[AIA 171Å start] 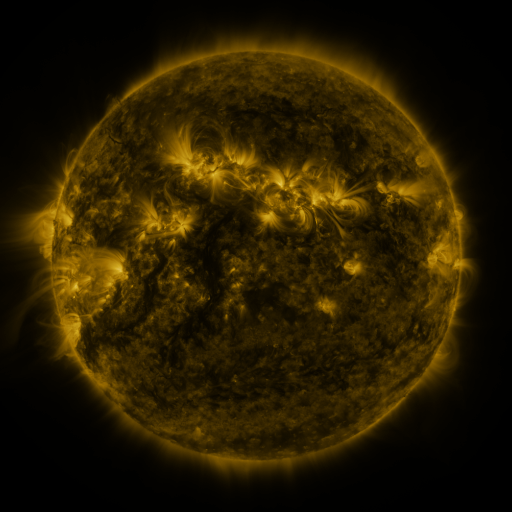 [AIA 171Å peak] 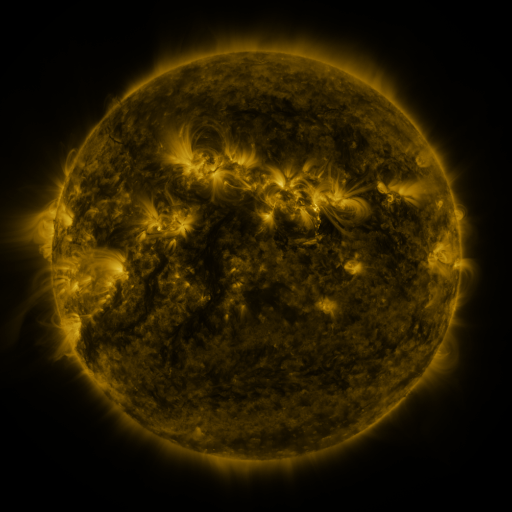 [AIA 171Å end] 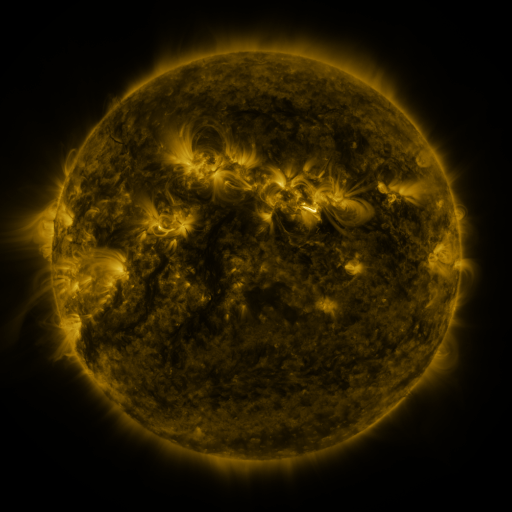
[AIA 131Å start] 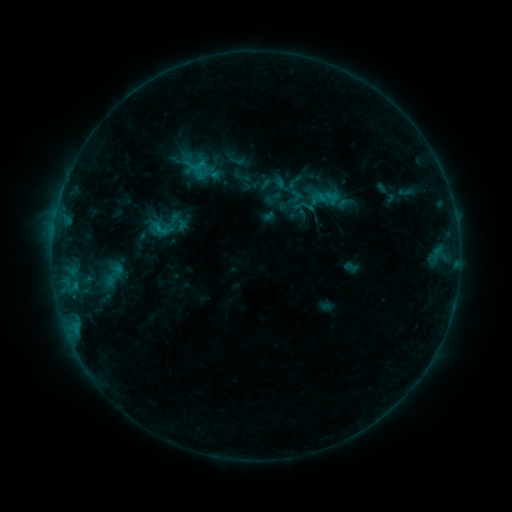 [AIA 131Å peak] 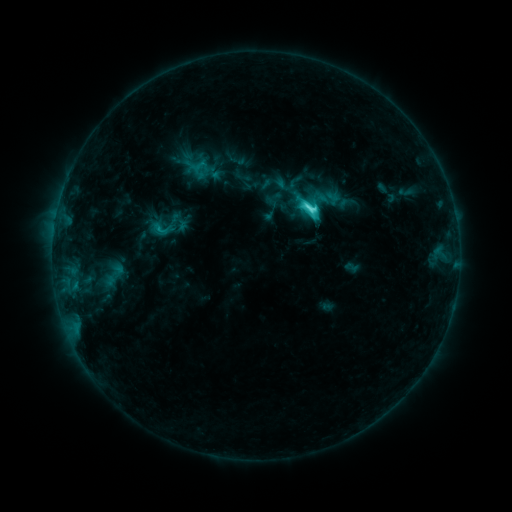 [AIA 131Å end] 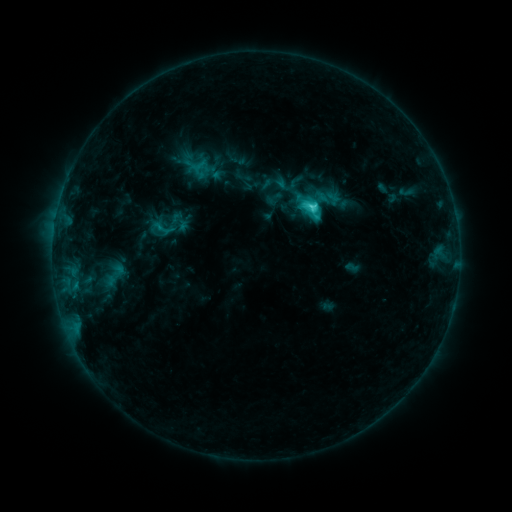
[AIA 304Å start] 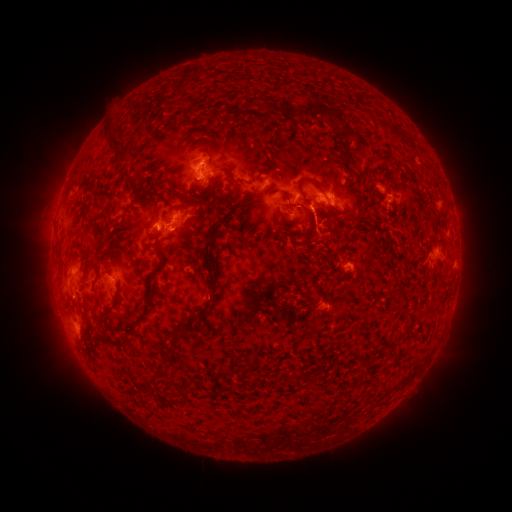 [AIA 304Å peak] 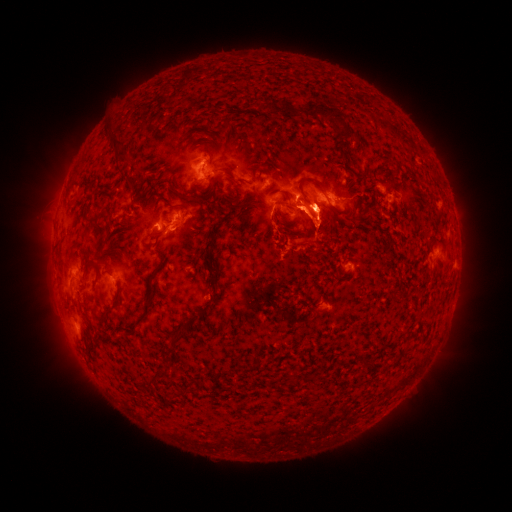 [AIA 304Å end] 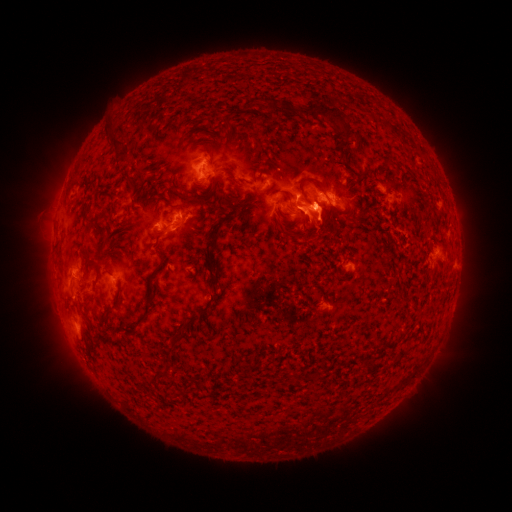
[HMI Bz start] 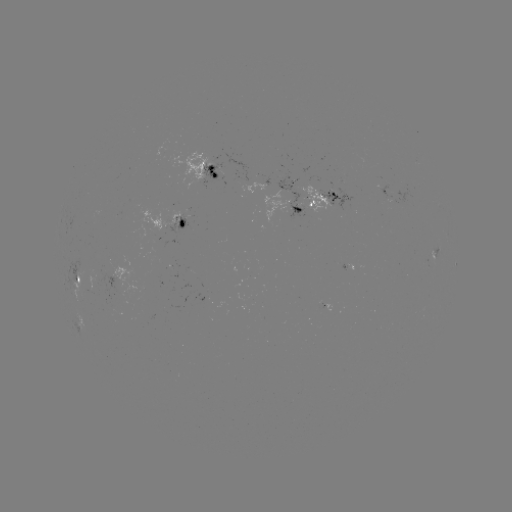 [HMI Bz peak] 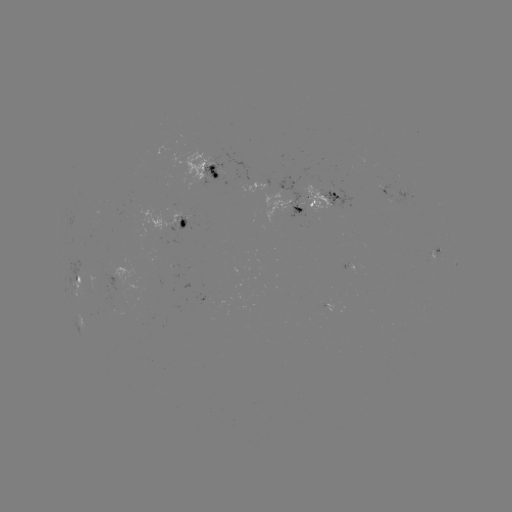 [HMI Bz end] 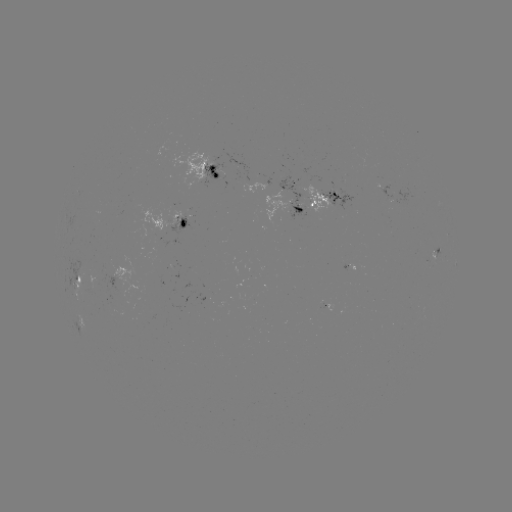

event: flare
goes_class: C5.2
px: (308, 212)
